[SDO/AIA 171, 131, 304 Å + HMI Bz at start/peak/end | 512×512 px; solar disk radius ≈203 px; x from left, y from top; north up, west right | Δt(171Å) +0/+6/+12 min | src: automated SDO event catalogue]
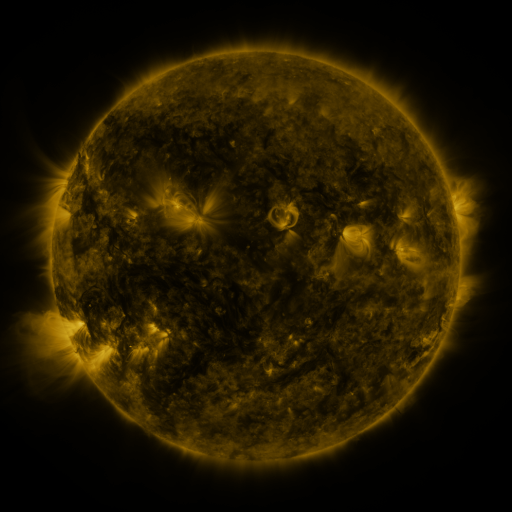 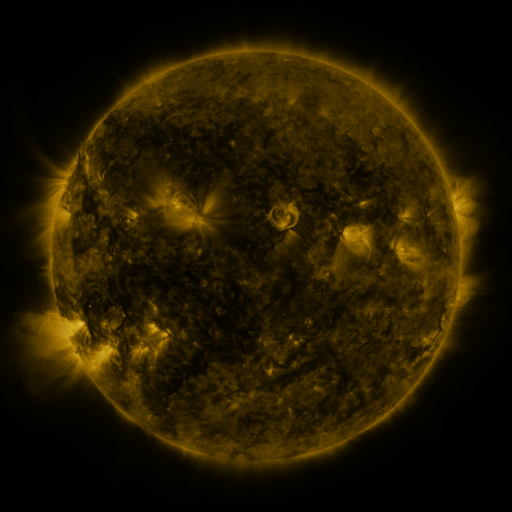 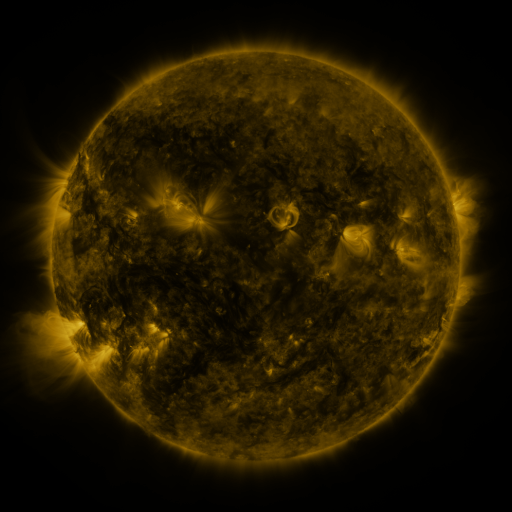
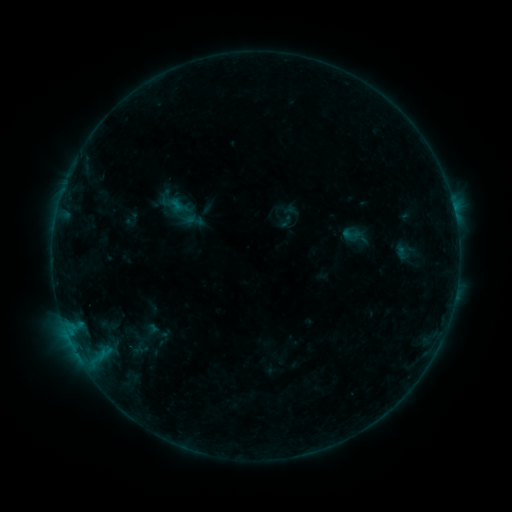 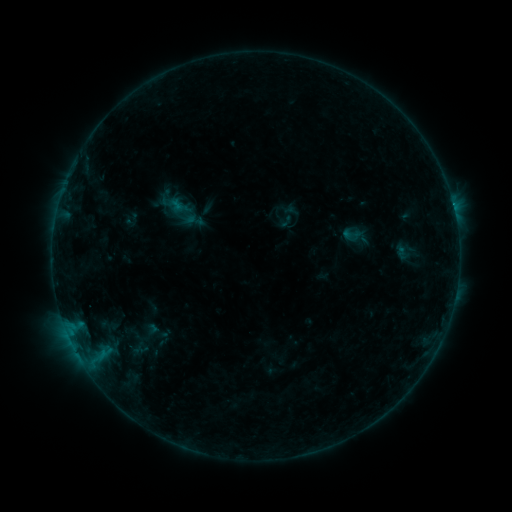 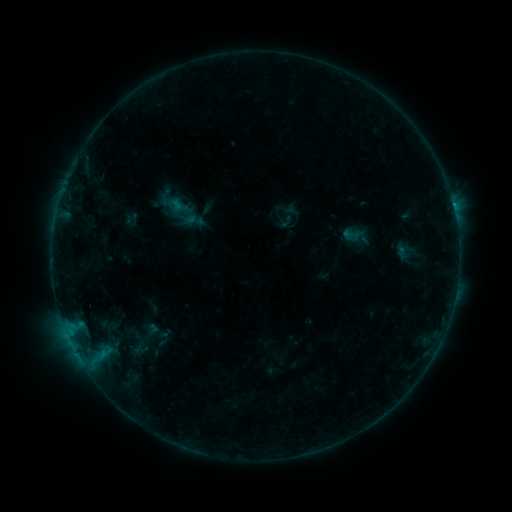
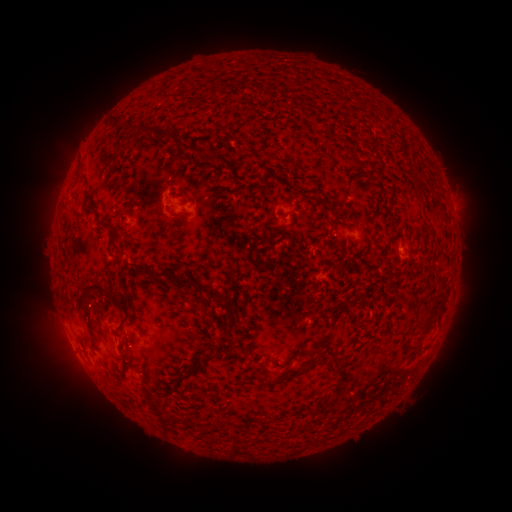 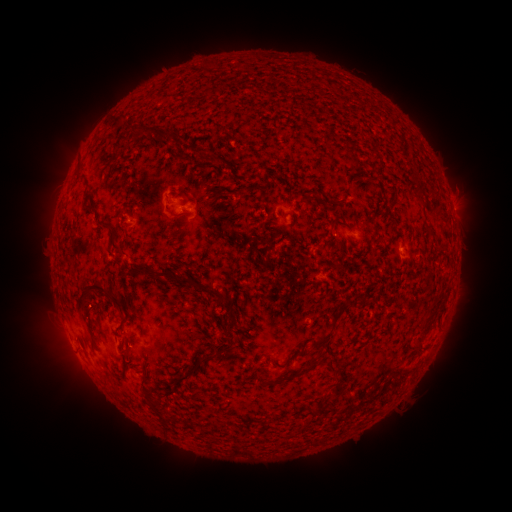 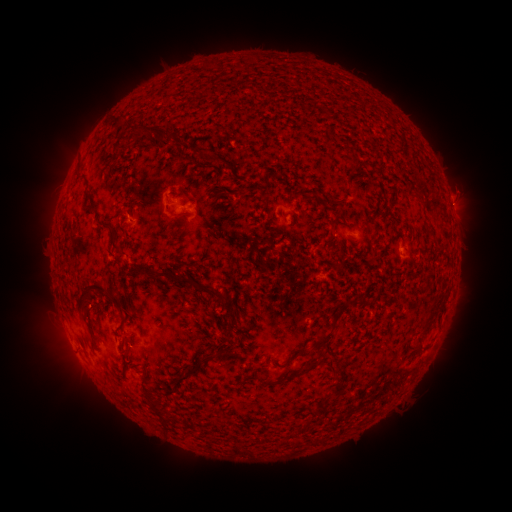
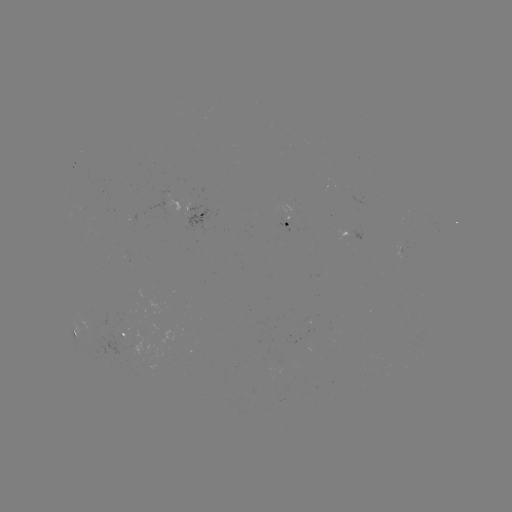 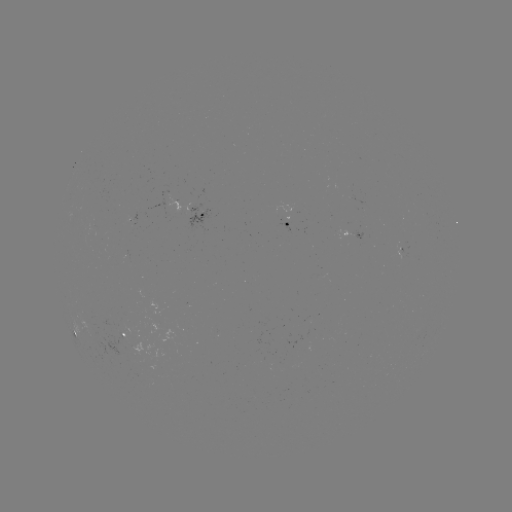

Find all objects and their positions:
B3.1 flare: (453, 208)
